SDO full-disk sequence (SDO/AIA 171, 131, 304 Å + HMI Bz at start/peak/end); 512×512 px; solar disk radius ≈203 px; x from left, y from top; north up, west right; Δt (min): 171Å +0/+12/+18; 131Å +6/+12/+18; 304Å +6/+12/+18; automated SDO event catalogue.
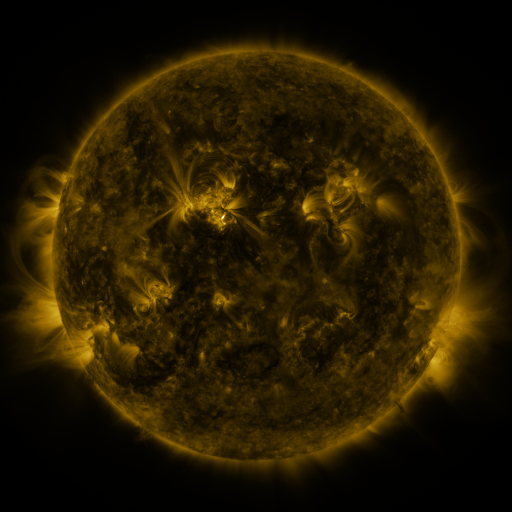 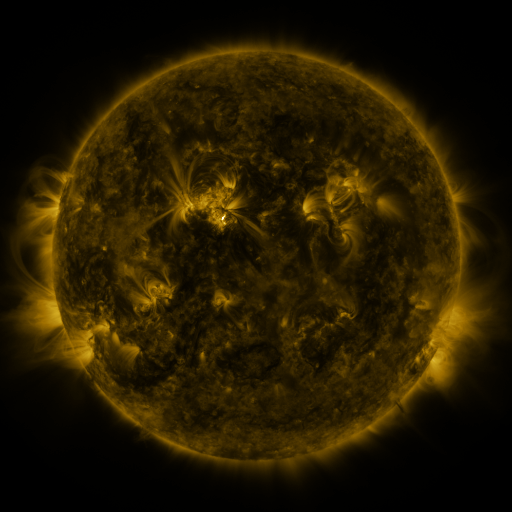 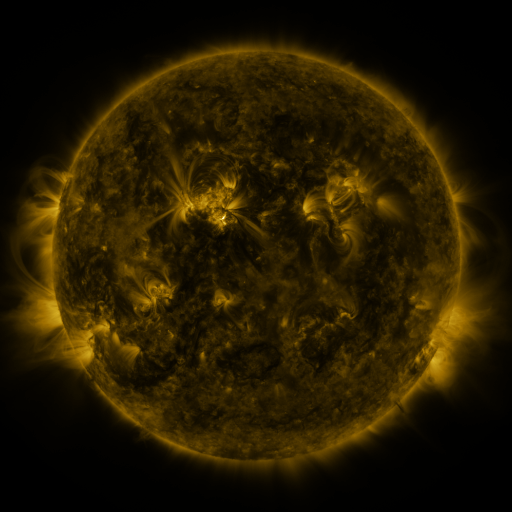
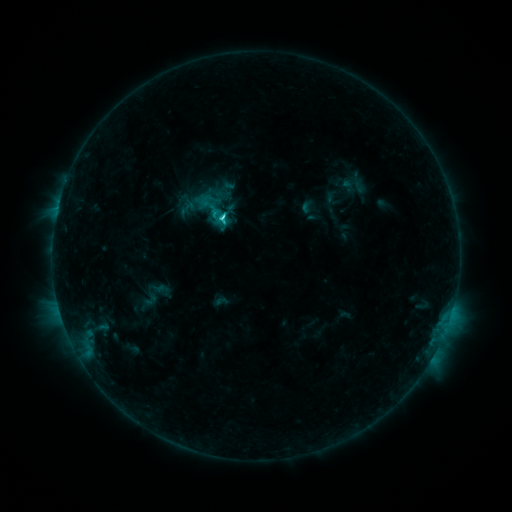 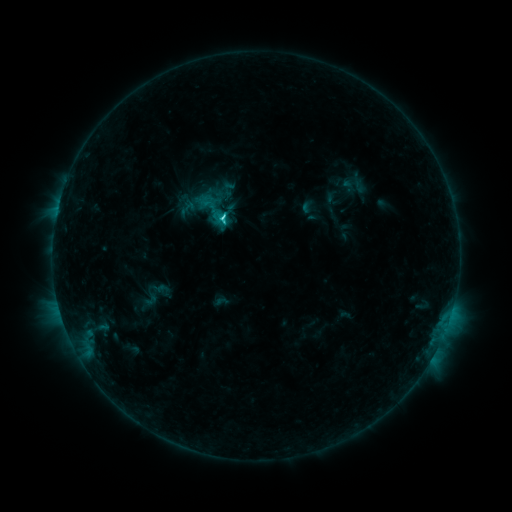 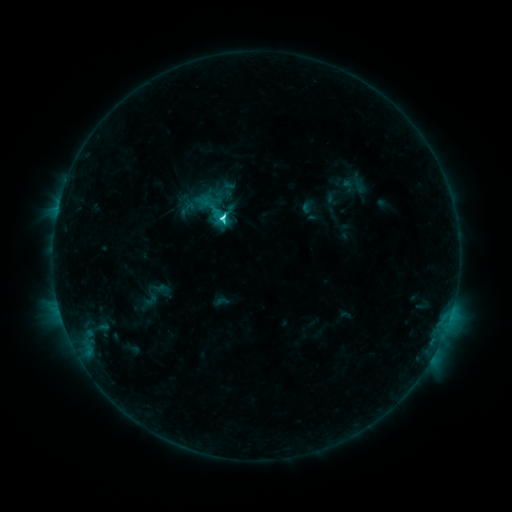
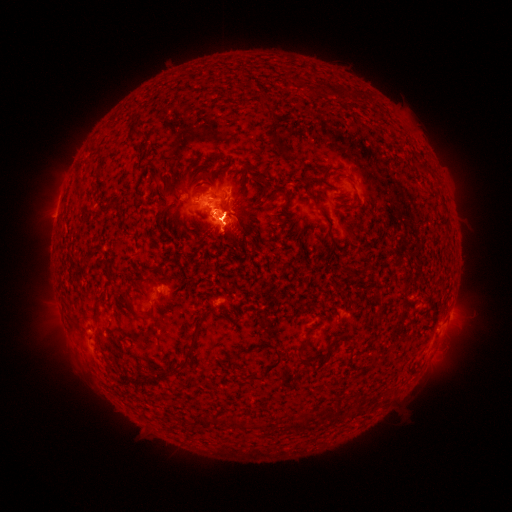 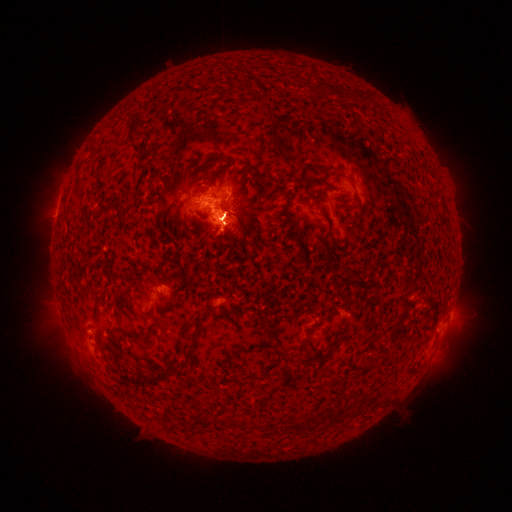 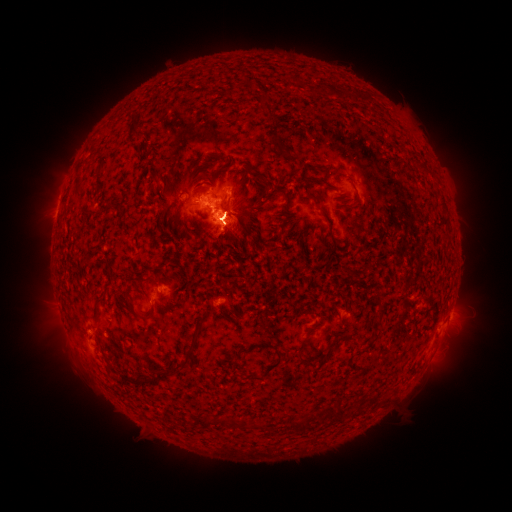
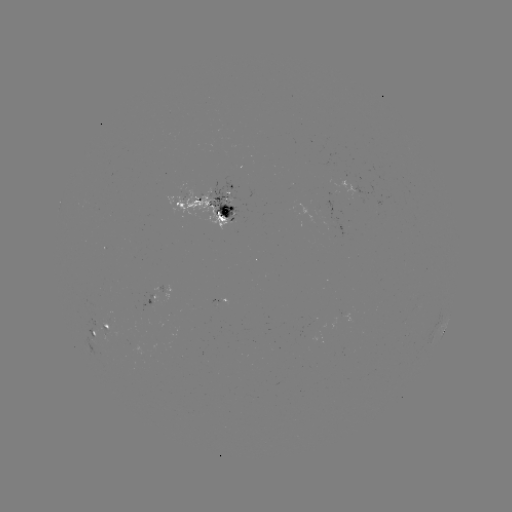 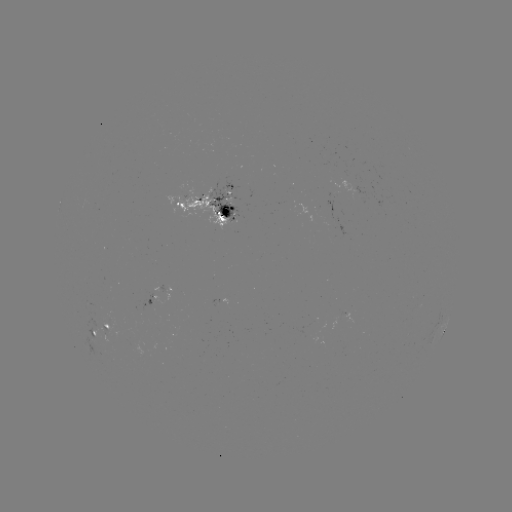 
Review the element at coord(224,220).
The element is C4.2 flare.